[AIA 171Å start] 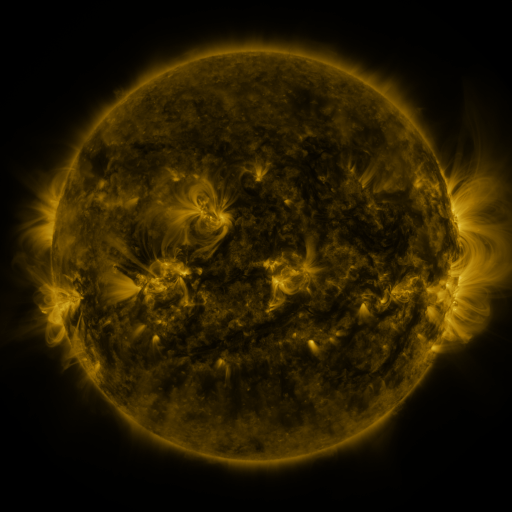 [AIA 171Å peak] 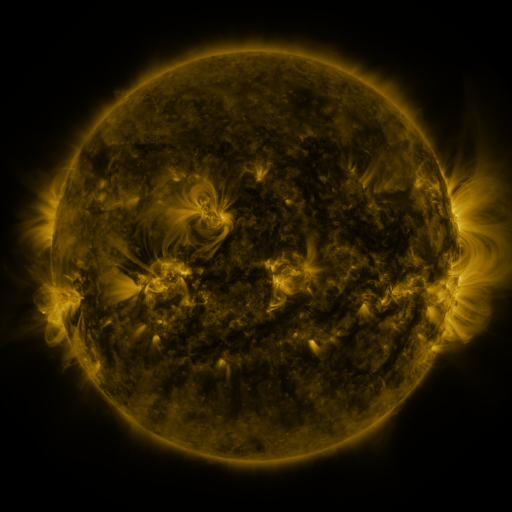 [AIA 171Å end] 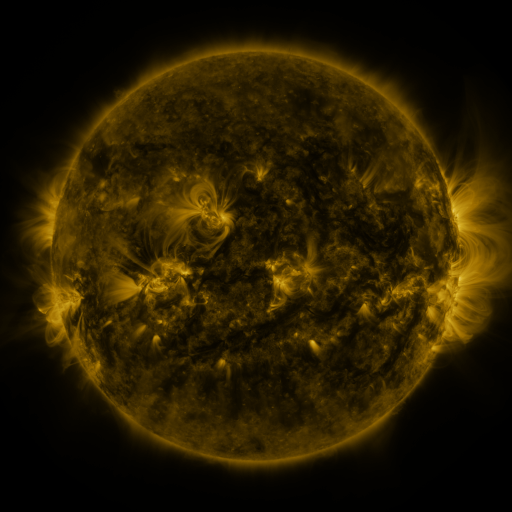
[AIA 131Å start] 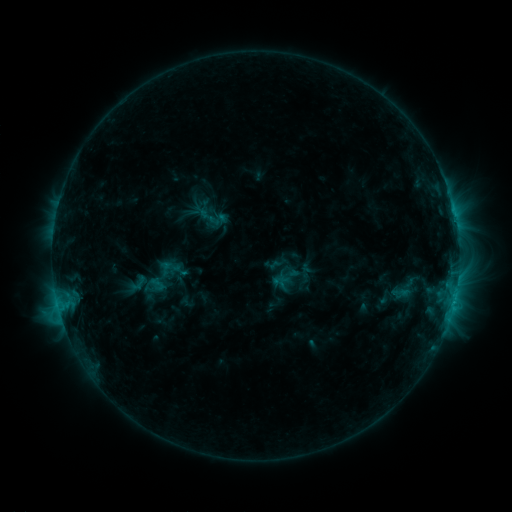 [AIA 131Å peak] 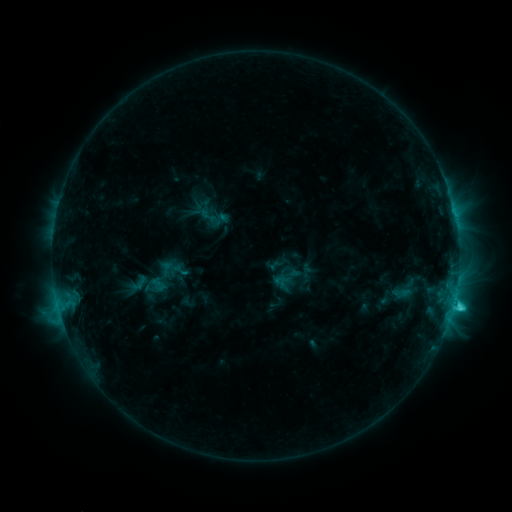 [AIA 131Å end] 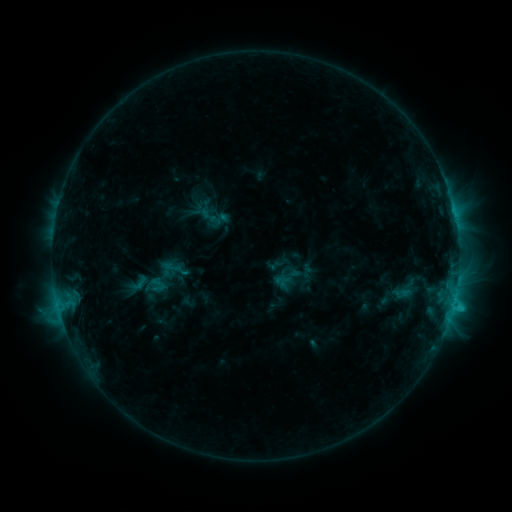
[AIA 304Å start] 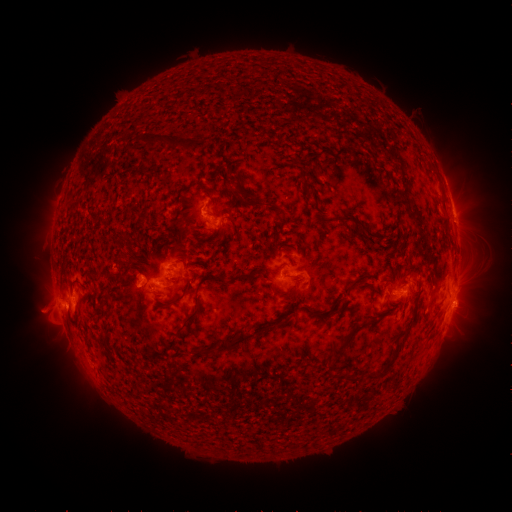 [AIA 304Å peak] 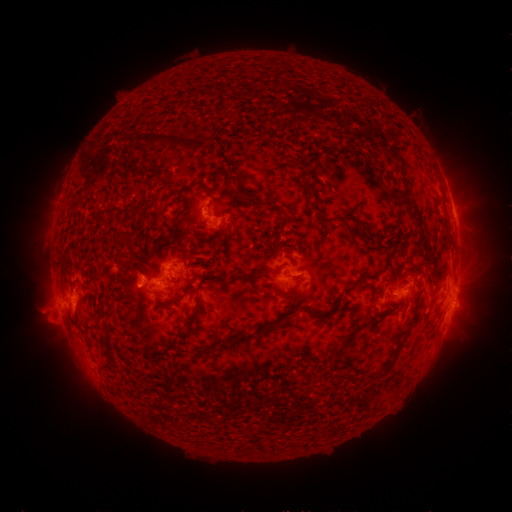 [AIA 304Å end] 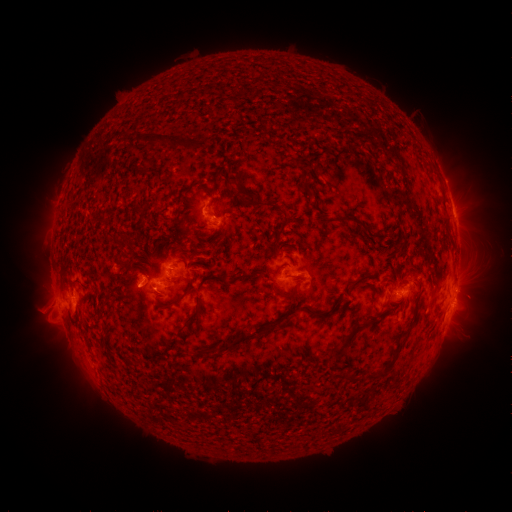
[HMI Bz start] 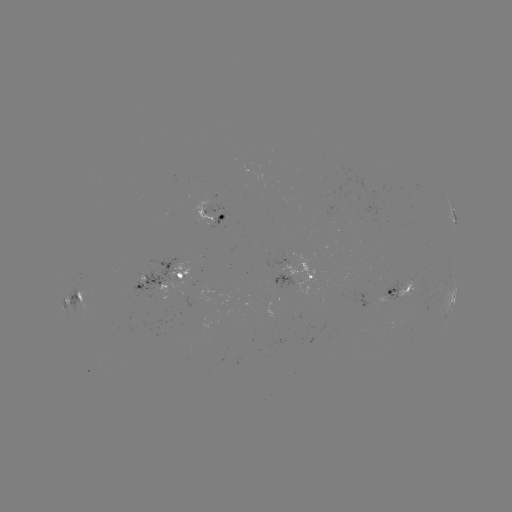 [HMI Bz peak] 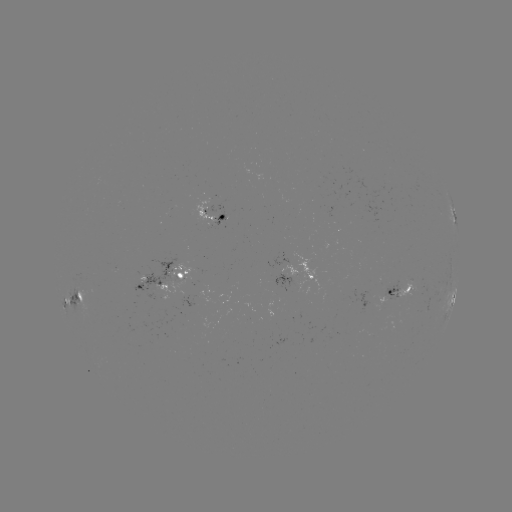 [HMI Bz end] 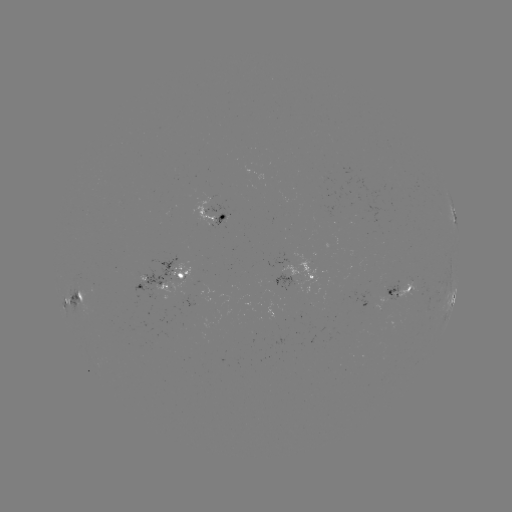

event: flare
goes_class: C3.4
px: (453, 304)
